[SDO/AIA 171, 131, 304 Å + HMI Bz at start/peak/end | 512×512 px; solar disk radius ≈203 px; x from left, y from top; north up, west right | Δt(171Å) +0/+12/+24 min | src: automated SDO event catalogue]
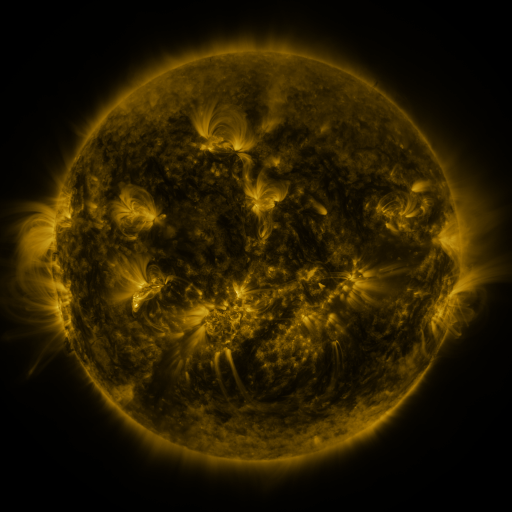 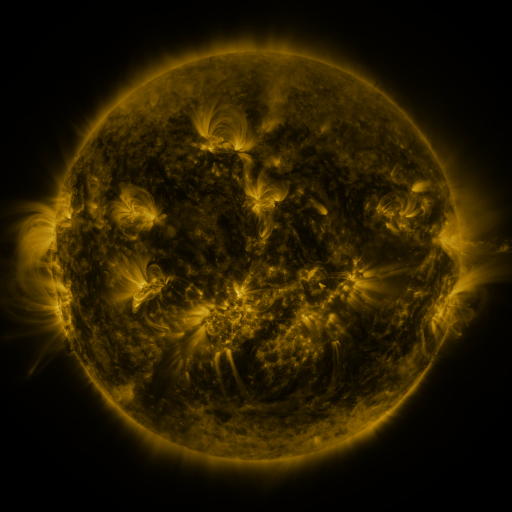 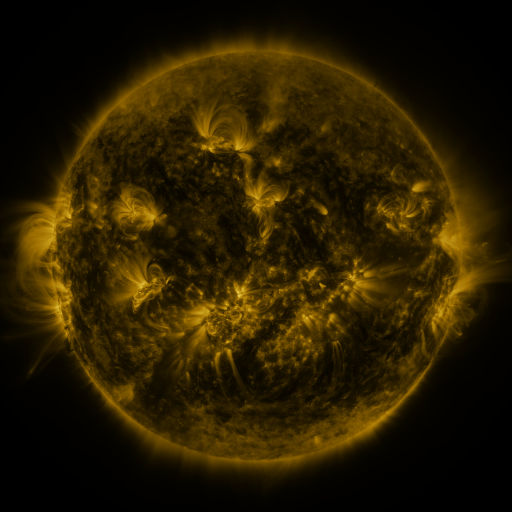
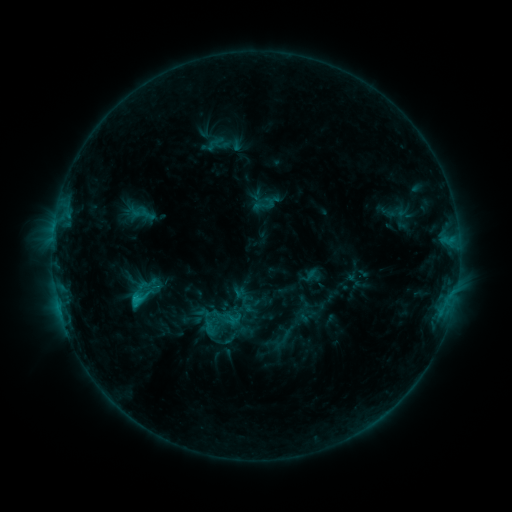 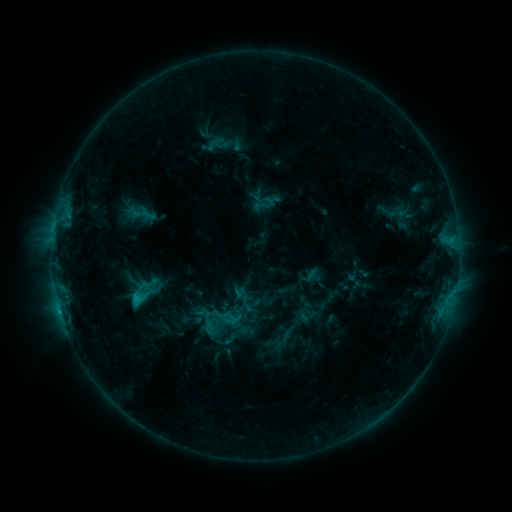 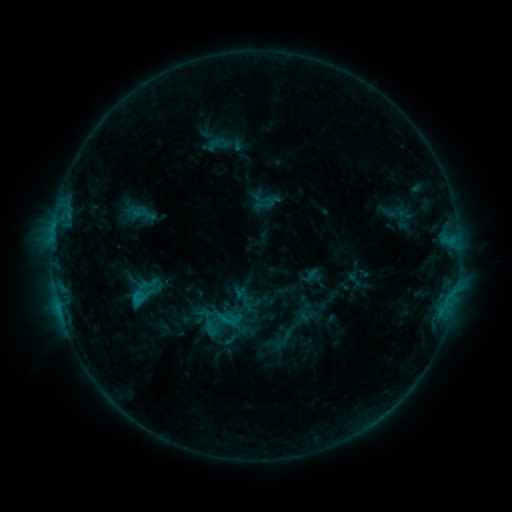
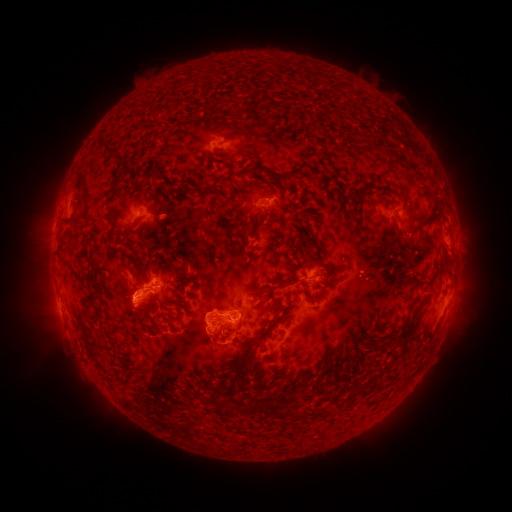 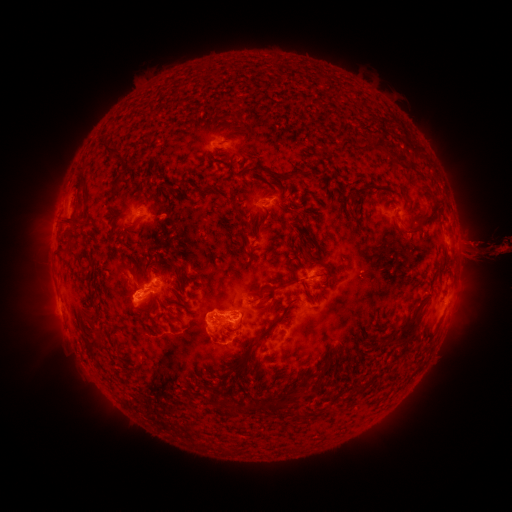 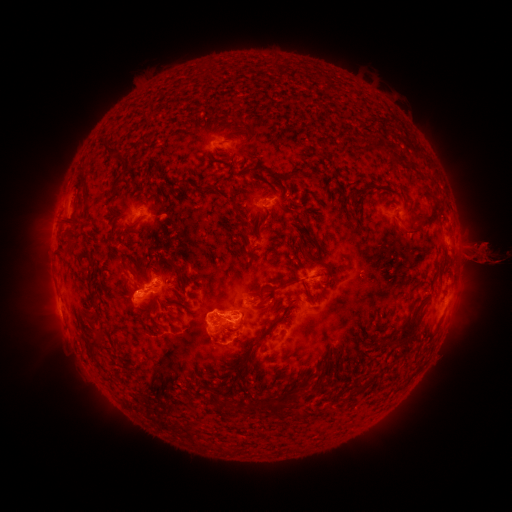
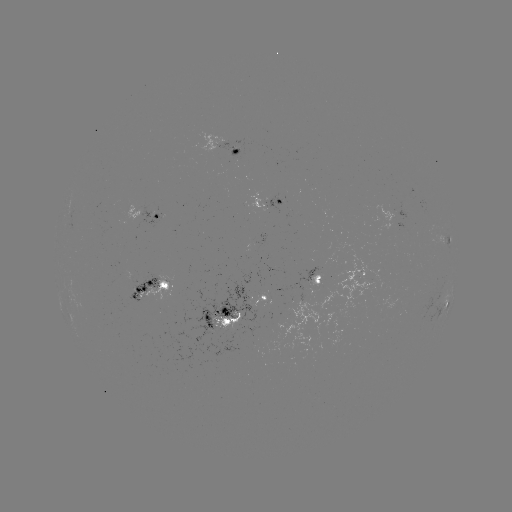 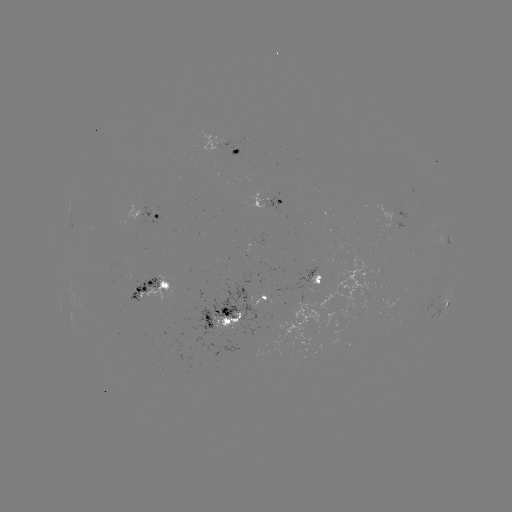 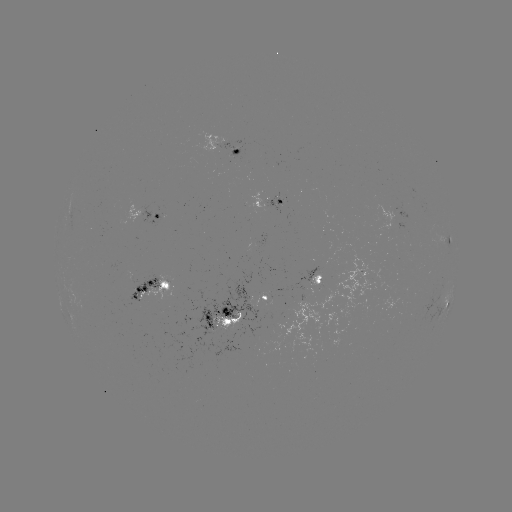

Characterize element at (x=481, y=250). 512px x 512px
eruption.